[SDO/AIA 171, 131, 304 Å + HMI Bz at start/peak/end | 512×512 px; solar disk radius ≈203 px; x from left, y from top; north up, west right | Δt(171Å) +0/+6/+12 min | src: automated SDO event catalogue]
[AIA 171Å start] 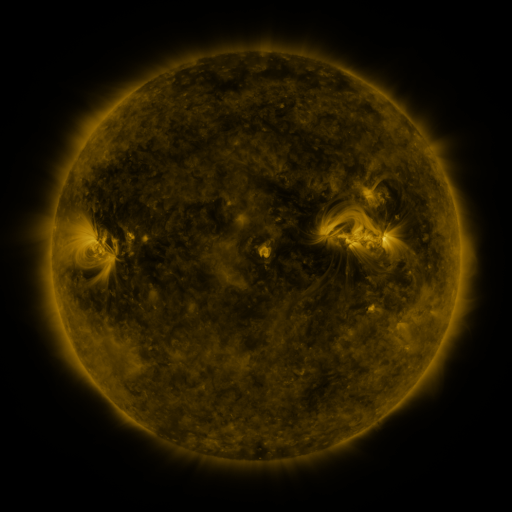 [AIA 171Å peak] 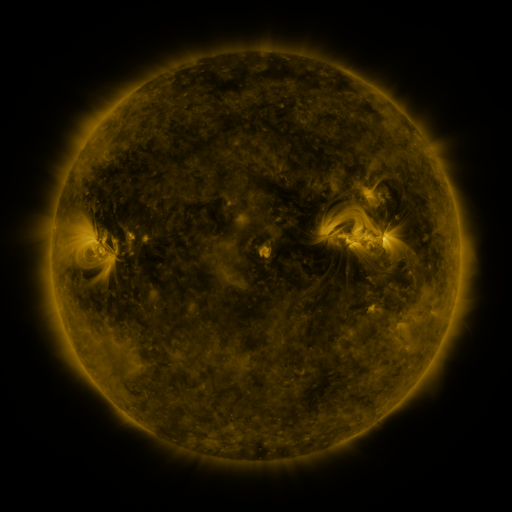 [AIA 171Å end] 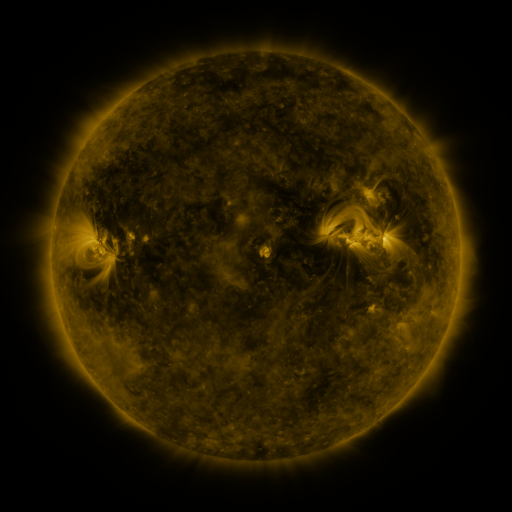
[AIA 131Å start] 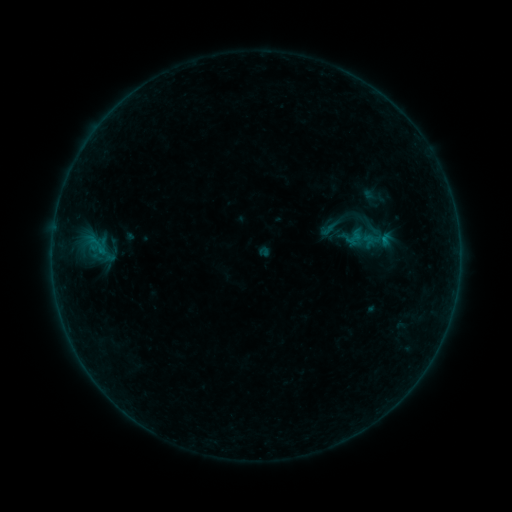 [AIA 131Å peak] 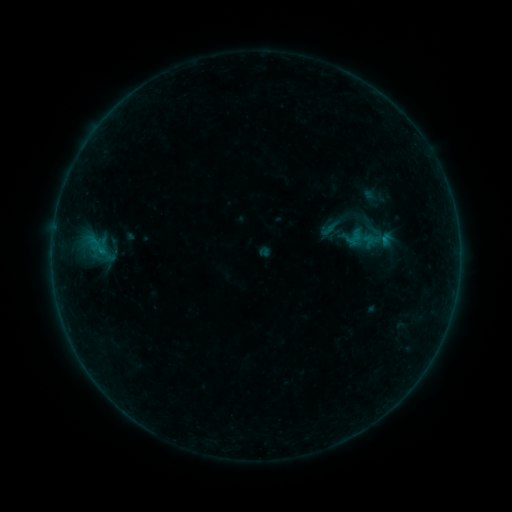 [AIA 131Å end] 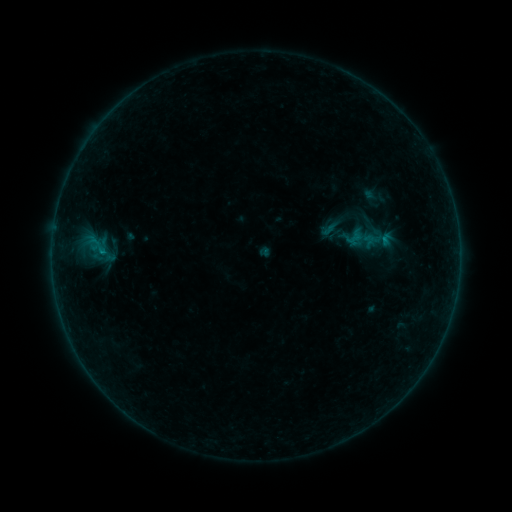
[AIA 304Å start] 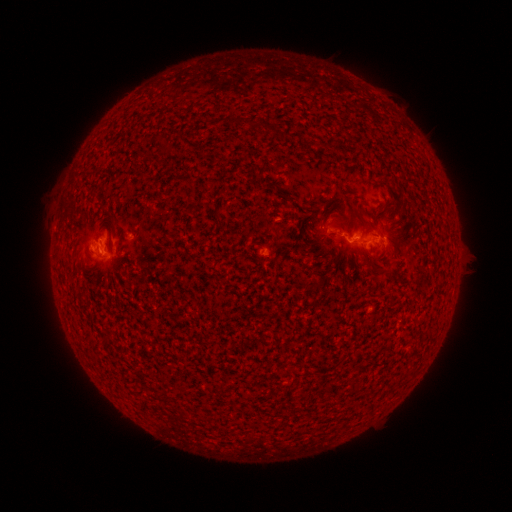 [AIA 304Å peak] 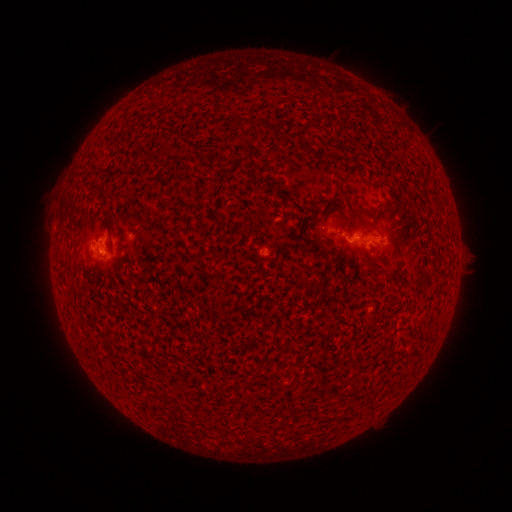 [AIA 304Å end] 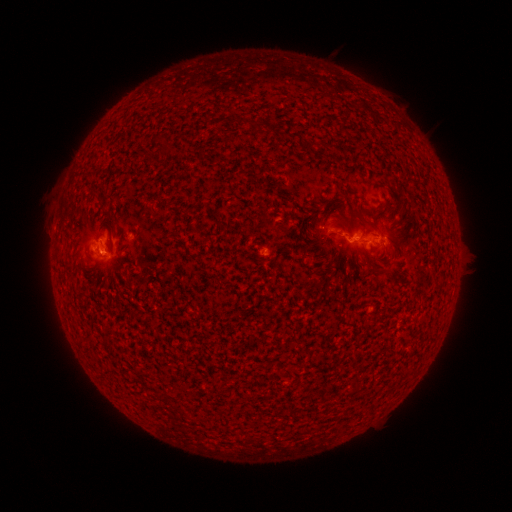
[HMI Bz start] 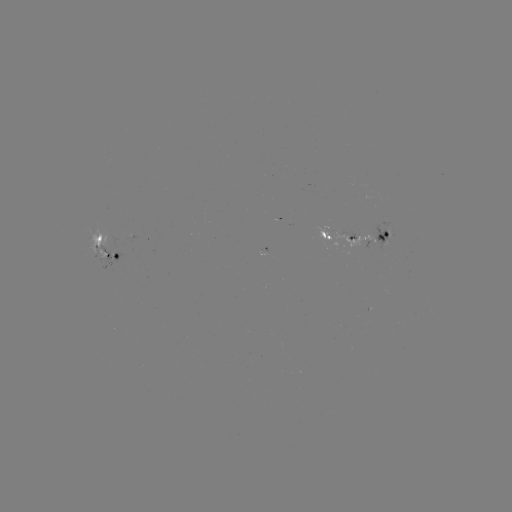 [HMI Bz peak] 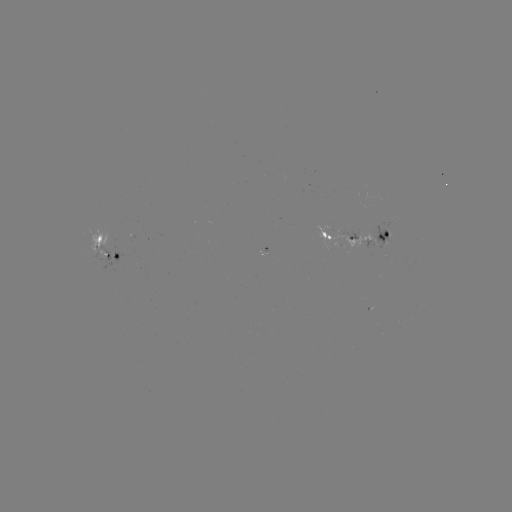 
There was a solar flare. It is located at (102, 254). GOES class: B1.9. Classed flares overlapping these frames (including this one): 2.